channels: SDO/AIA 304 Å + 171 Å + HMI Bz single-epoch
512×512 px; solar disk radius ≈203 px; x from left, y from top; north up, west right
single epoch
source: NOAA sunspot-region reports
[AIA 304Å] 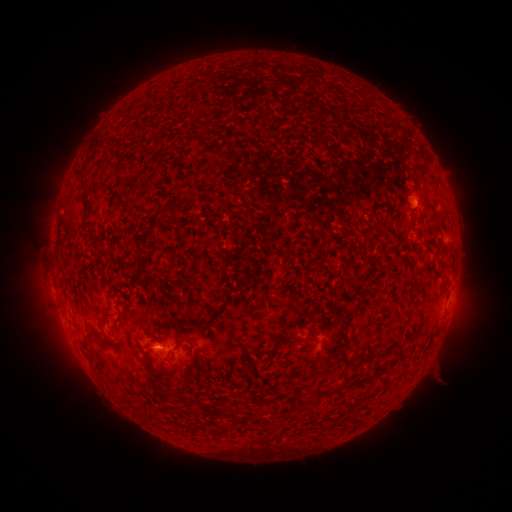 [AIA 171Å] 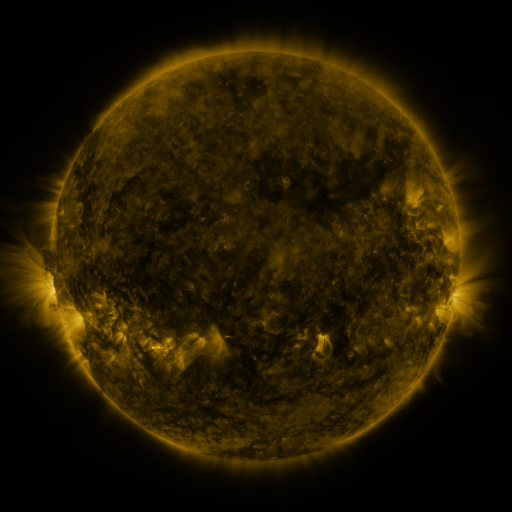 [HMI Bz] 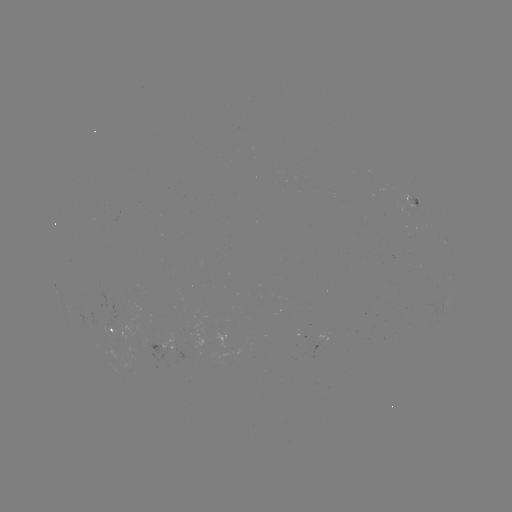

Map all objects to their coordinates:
spotted active region: (413, 201)
spotted active region: (115, 329)
spotted active region: (228, 335)
spotted active region: (161, 349)
